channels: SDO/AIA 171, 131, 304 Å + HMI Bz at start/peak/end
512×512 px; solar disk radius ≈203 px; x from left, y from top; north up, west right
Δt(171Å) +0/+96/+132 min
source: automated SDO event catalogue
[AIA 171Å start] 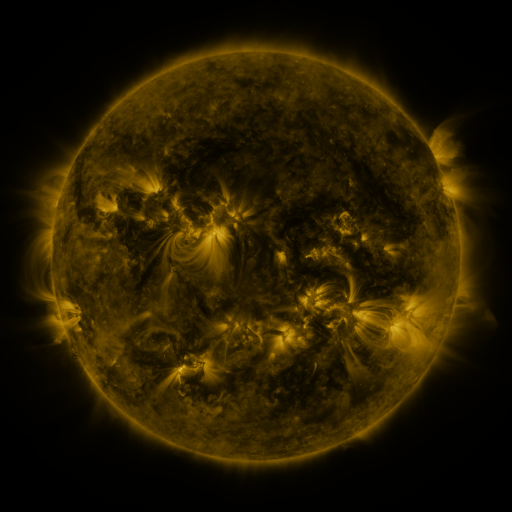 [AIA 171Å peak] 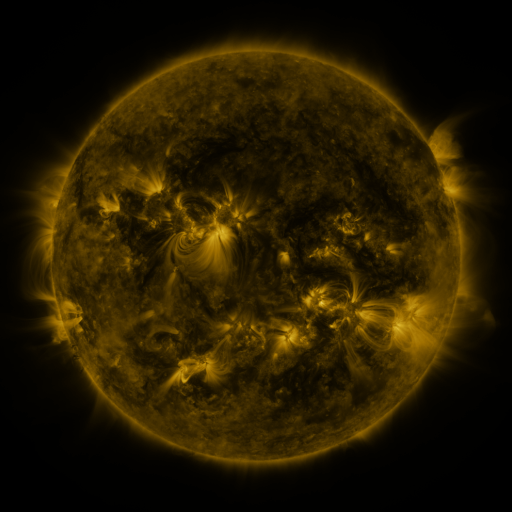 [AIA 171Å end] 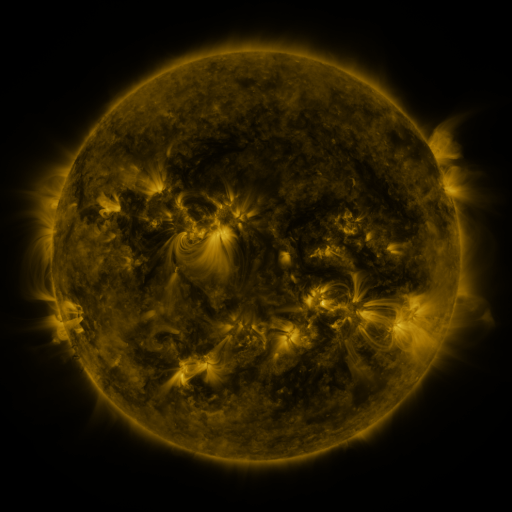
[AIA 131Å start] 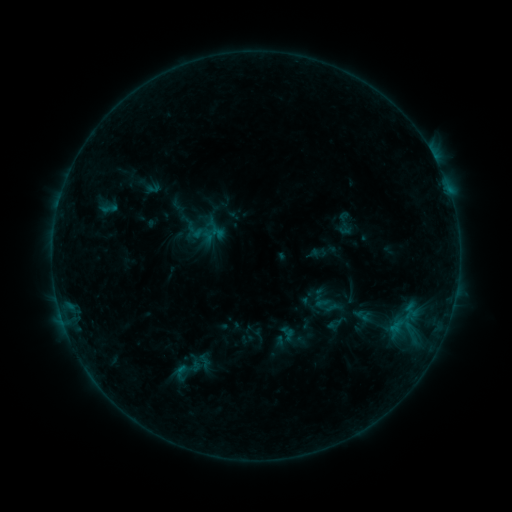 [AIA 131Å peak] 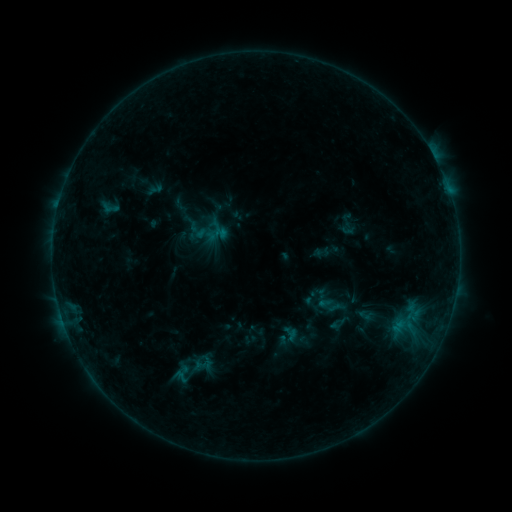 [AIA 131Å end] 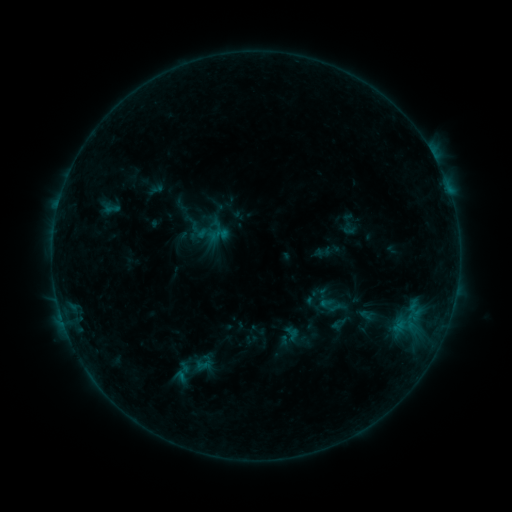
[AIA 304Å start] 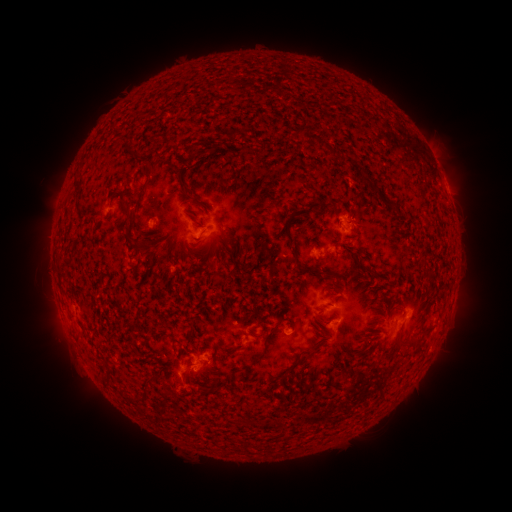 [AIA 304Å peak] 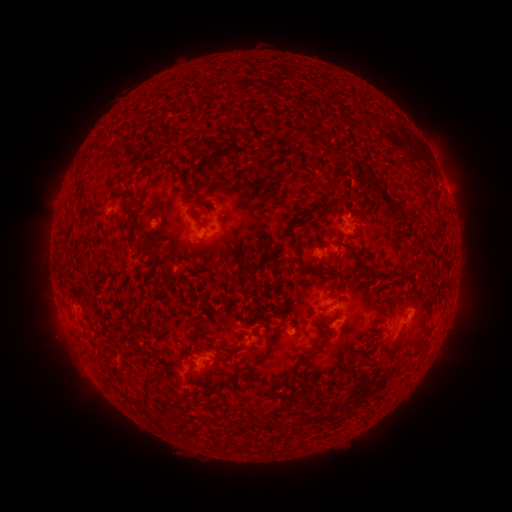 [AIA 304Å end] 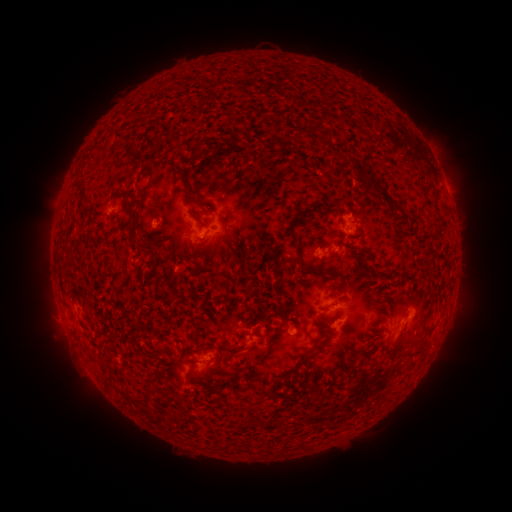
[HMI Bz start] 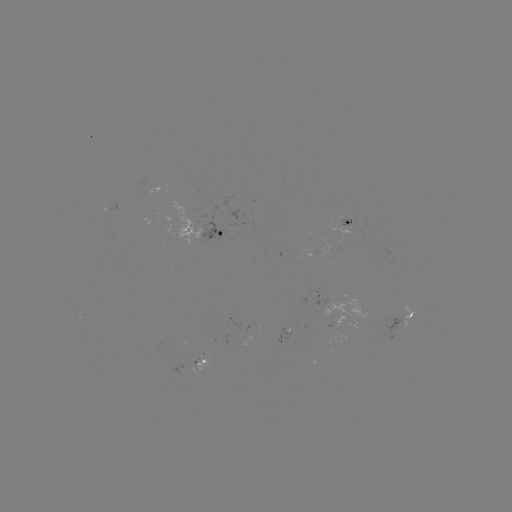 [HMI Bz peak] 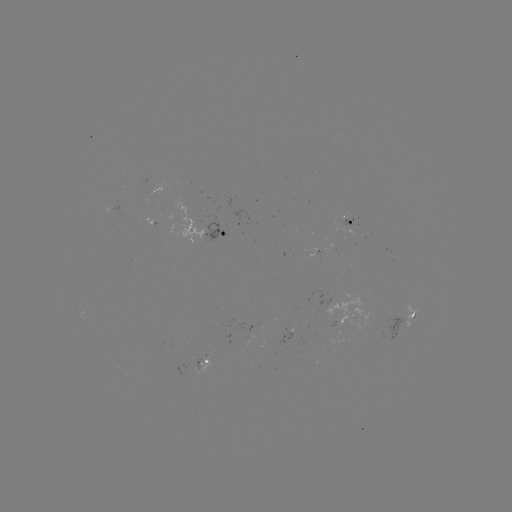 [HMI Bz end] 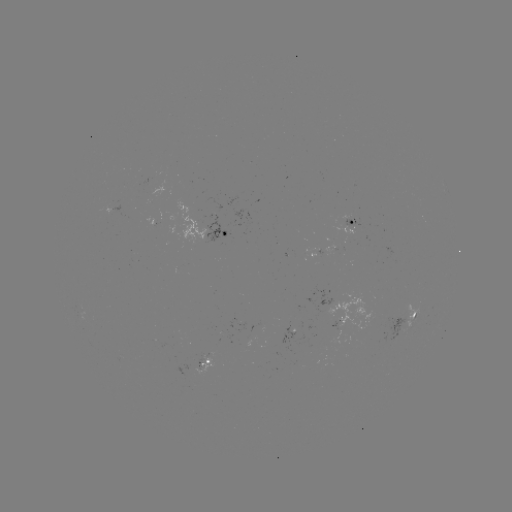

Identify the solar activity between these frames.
emerging-flux region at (342, 244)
